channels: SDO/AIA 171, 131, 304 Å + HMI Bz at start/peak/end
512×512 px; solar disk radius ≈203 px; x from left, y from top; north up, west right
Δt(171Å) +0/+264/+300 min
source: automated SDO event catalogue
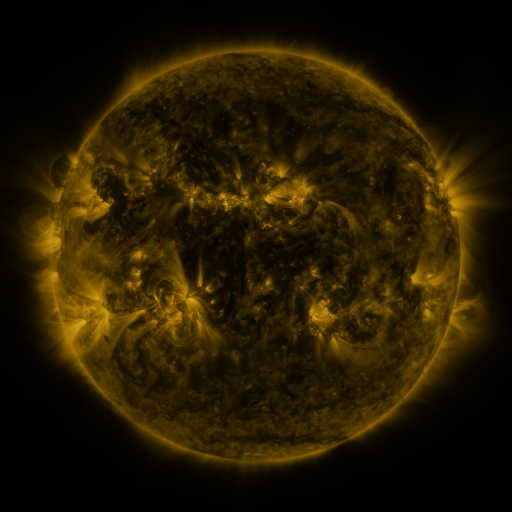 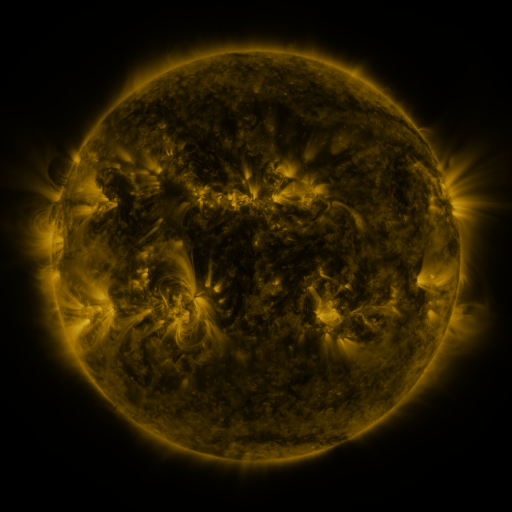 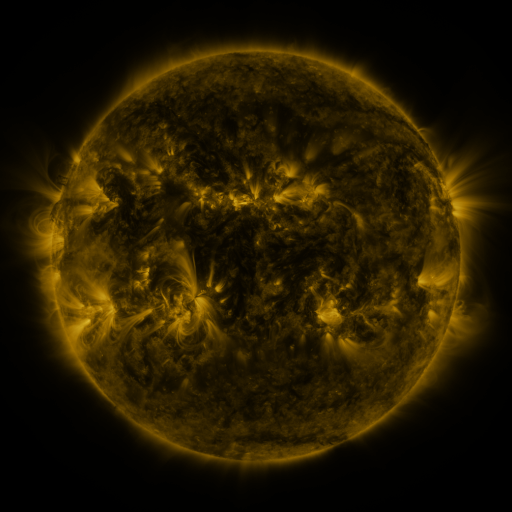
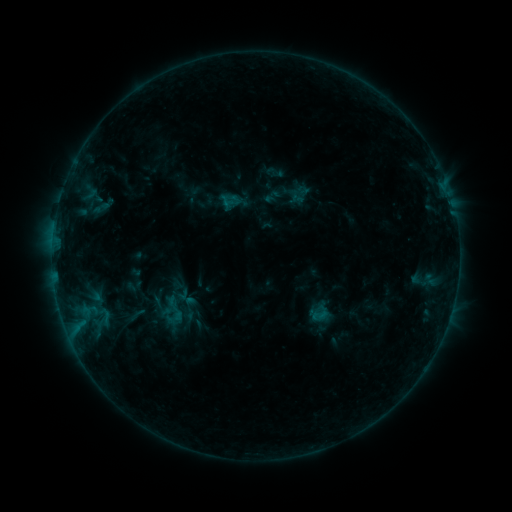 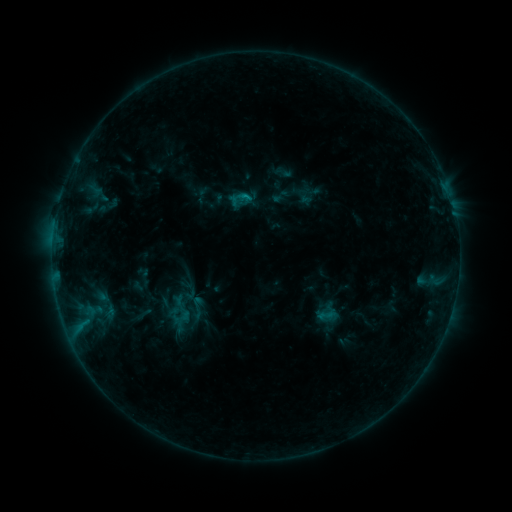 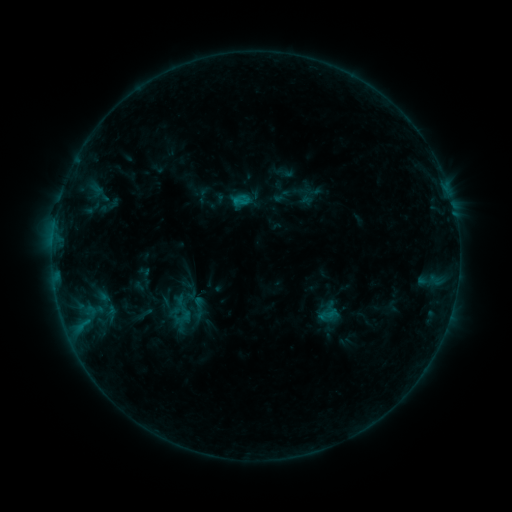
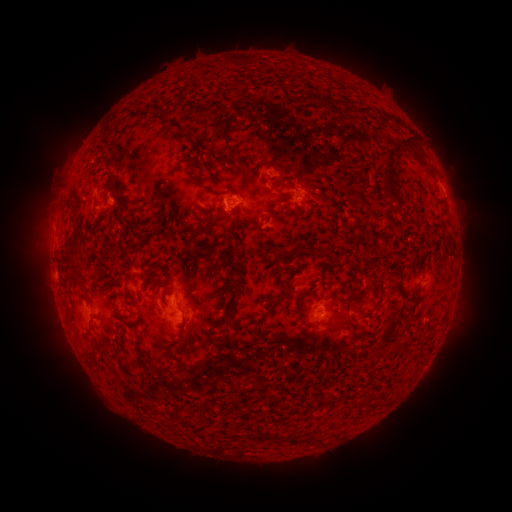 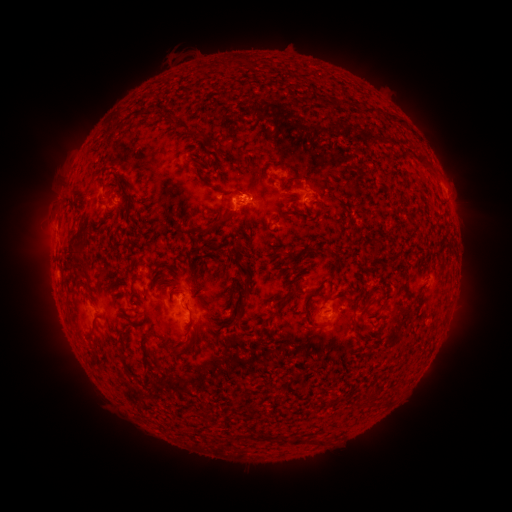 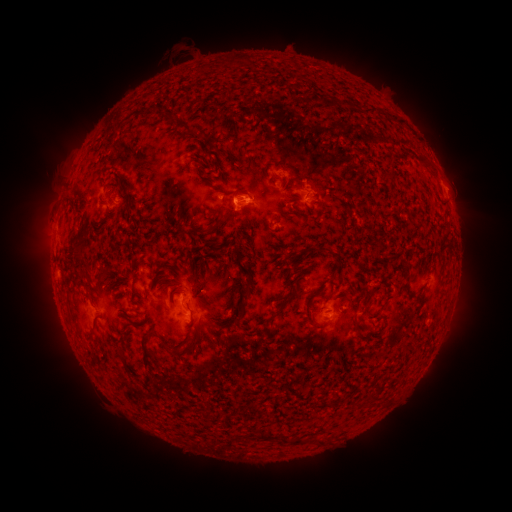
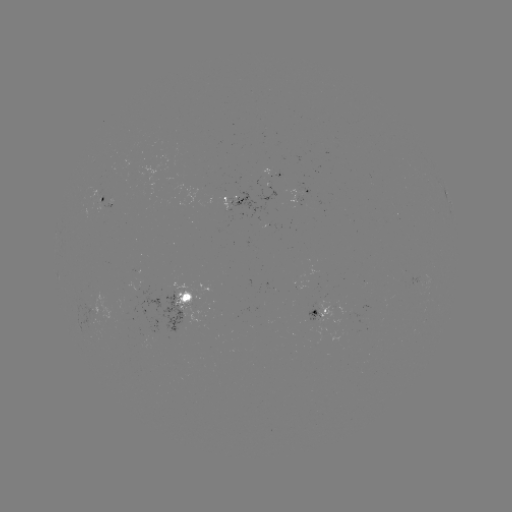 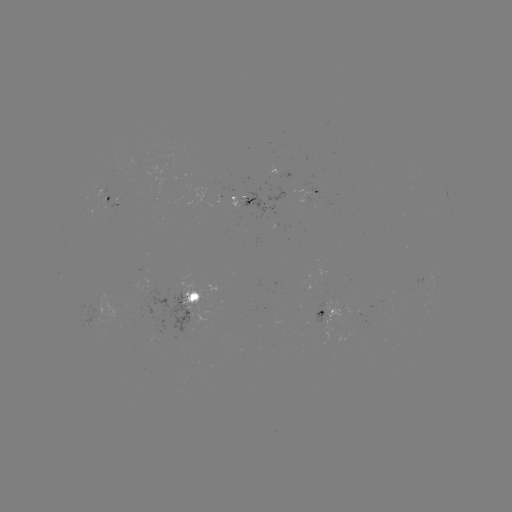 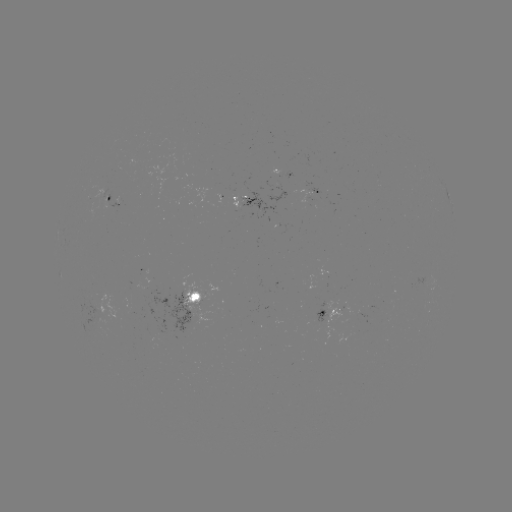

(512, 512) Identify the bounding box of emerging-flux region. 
[239, 194, 276, 218].